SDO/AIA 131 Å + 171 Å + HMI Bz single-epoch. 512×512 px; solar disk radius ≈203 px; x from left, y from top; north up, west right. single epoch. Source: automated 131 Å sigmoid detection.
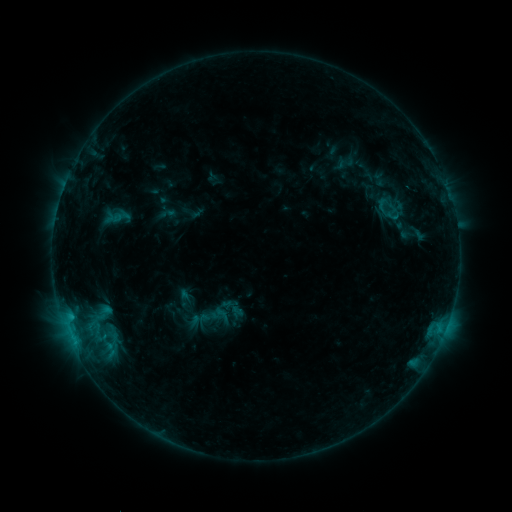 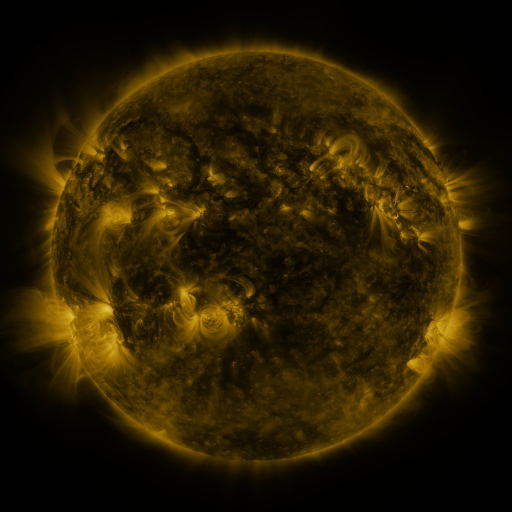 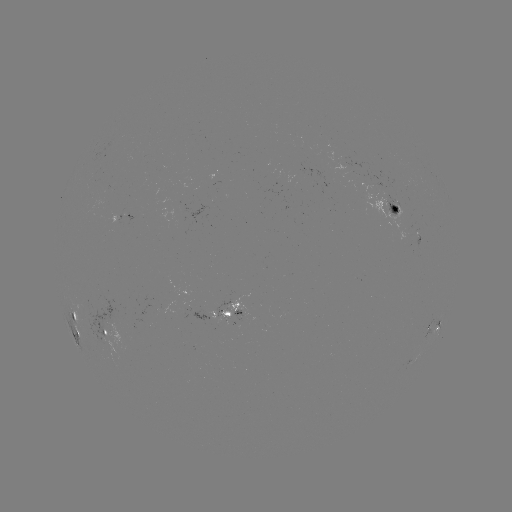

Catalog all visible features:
sigmoid: [371, 195, 394, 215]
